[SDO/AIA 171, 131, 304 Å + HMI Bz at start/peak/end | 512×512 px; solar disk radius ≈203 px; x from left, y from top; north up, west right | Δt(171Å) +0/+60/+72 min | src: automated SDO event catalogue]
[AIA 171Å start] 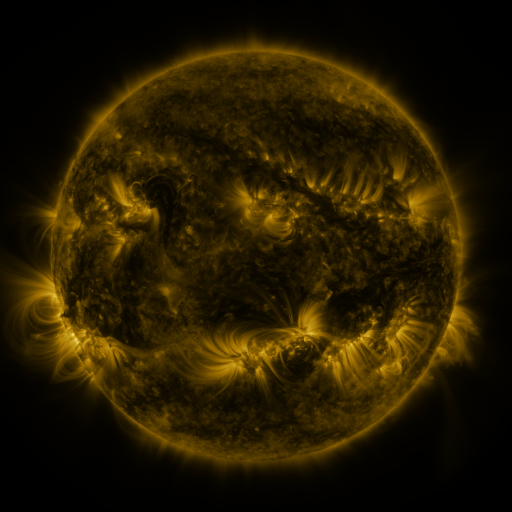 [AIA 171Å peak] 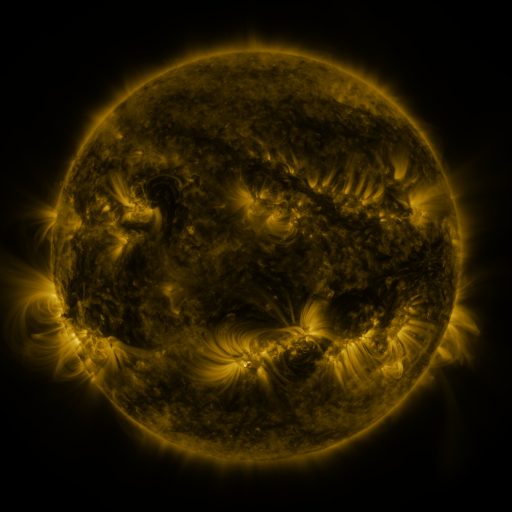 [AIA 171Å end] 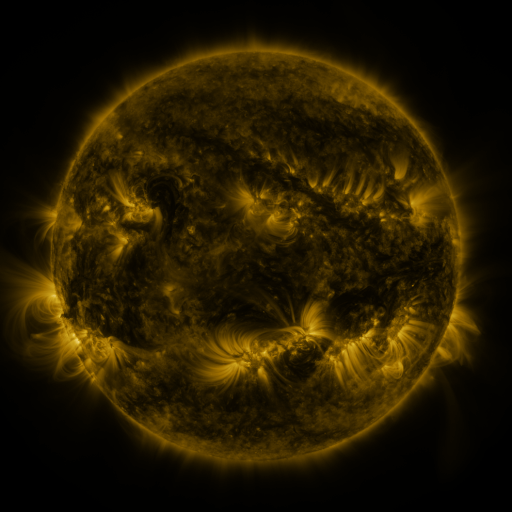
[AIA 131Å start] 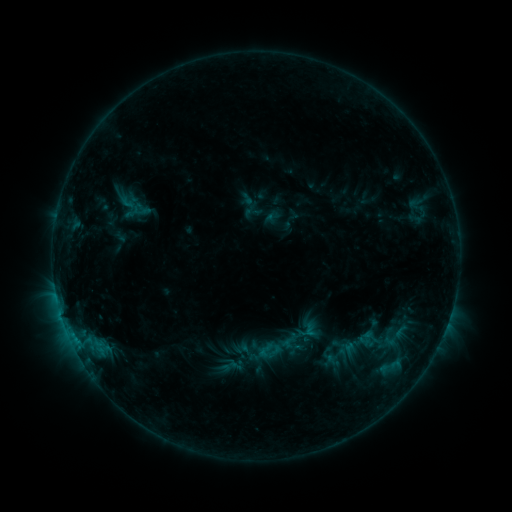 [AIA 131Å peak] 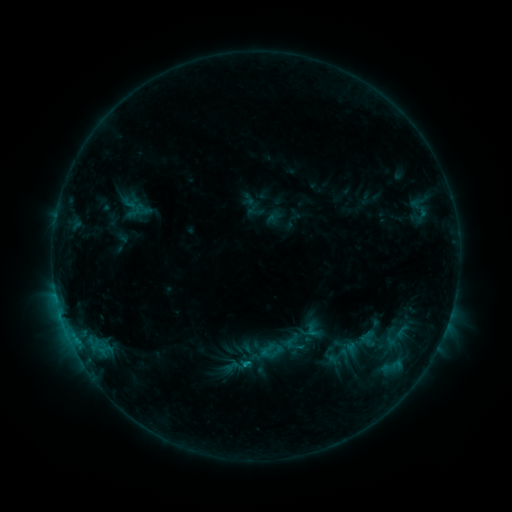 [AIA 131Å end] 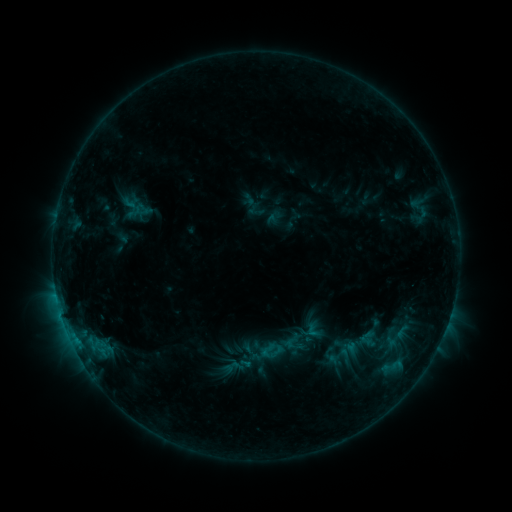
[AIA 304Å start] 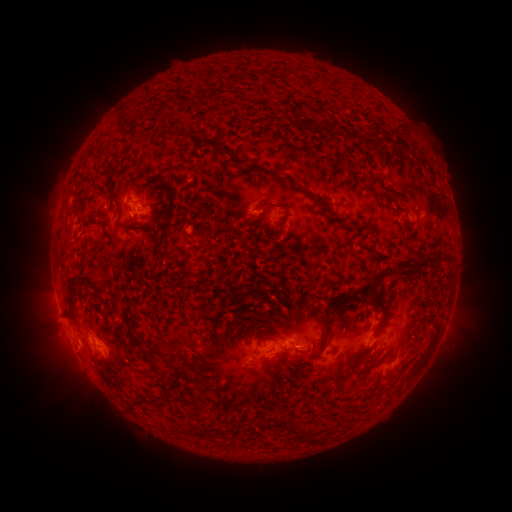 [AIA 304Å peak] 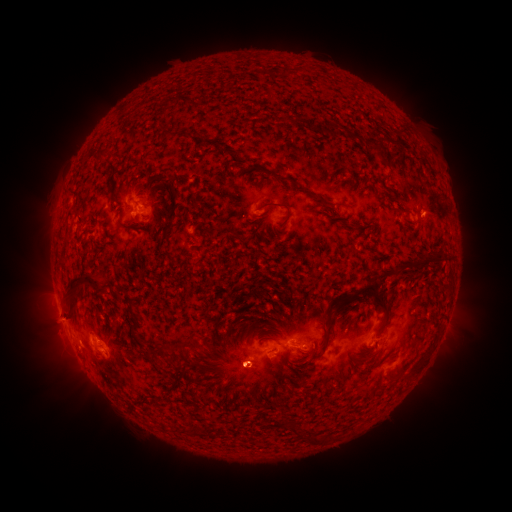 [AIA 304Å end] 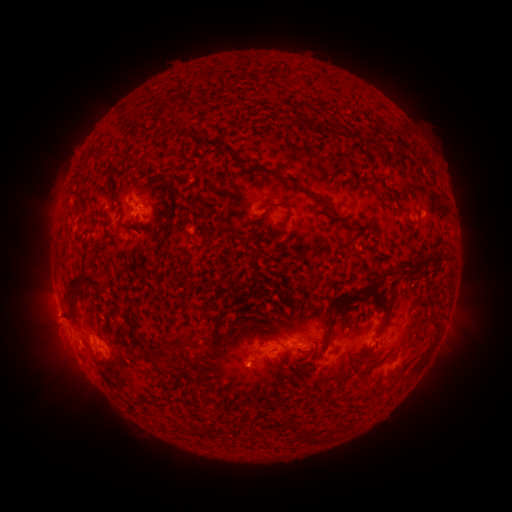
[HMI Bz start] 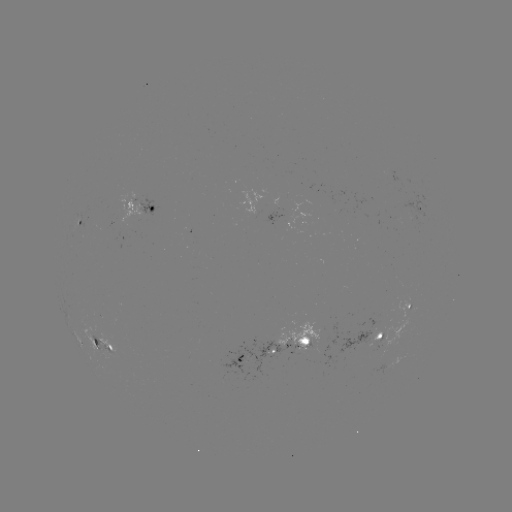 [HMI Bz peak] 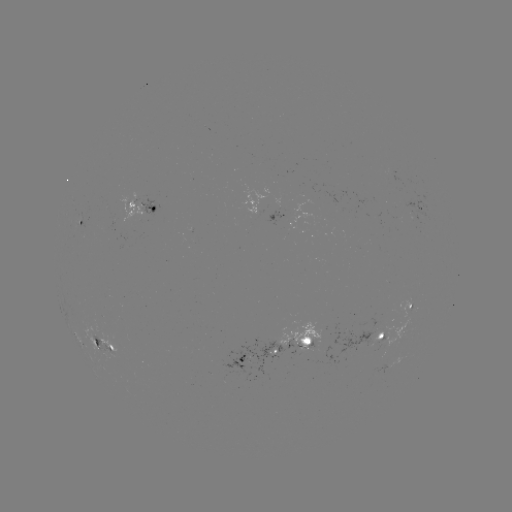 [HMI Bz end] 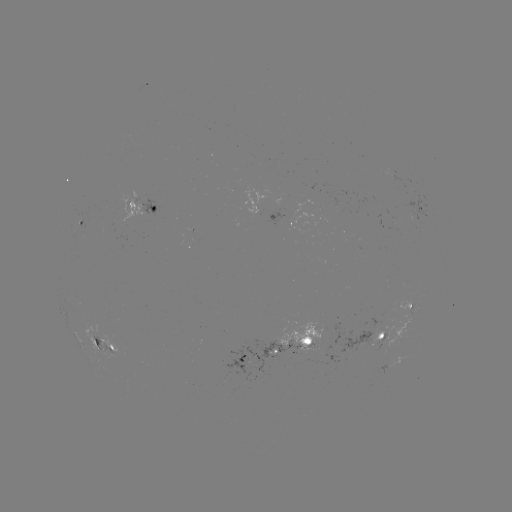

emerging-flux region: (276, 322, 318, 350)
